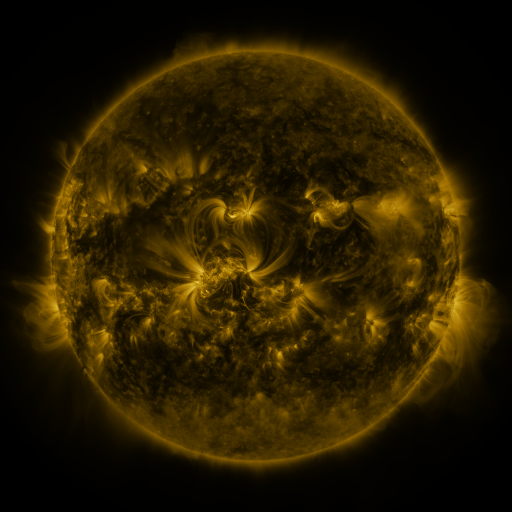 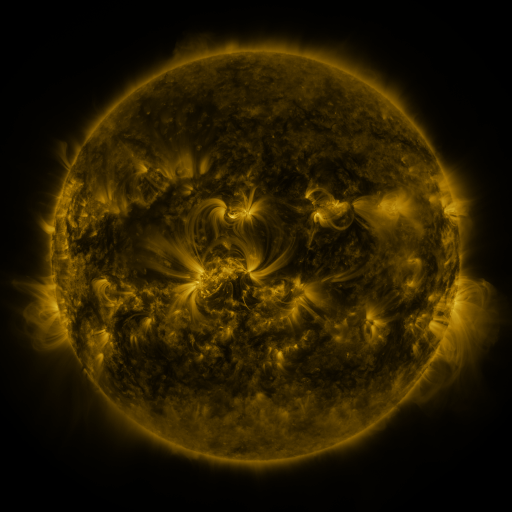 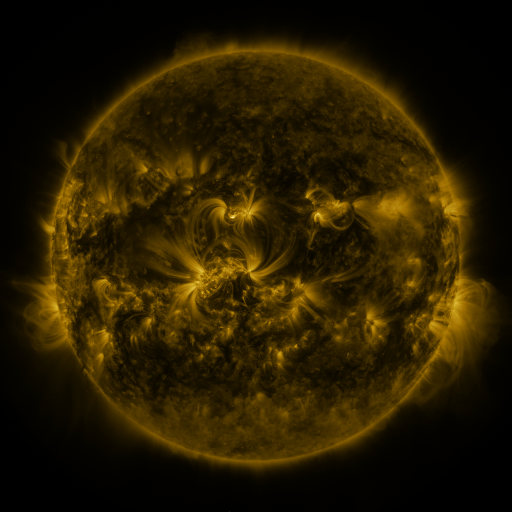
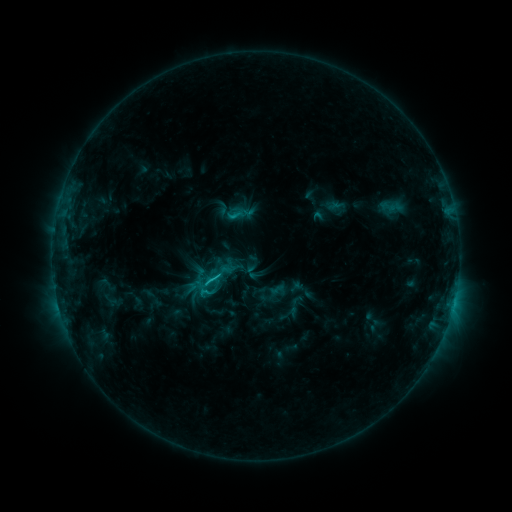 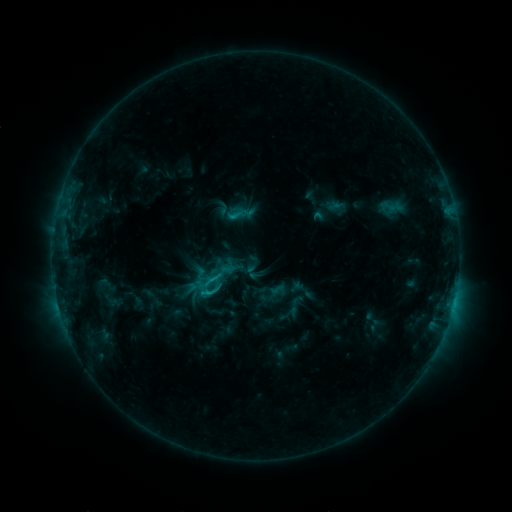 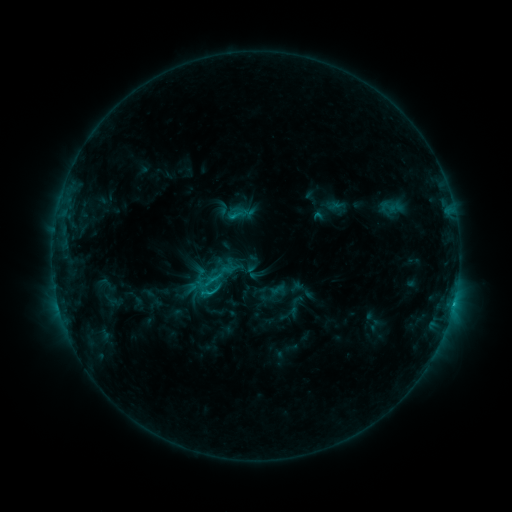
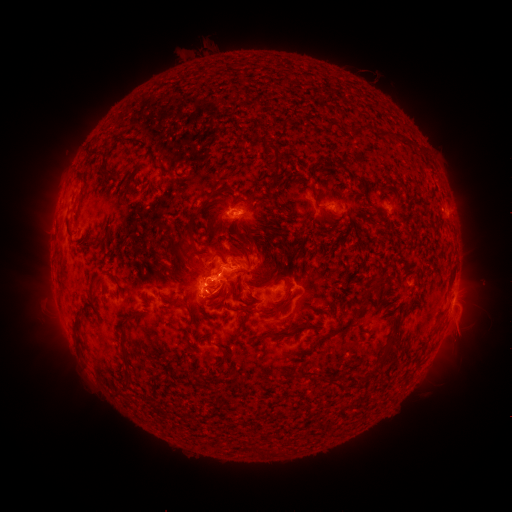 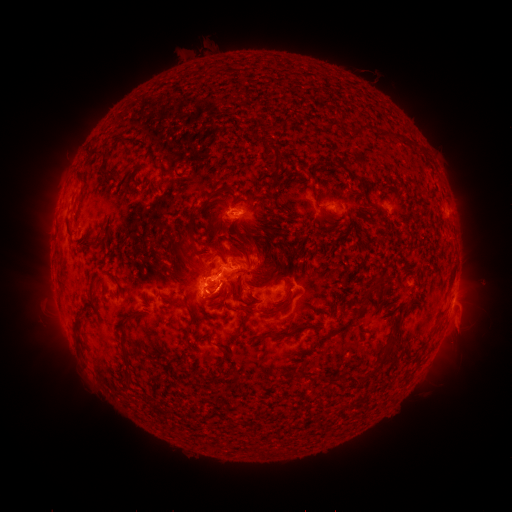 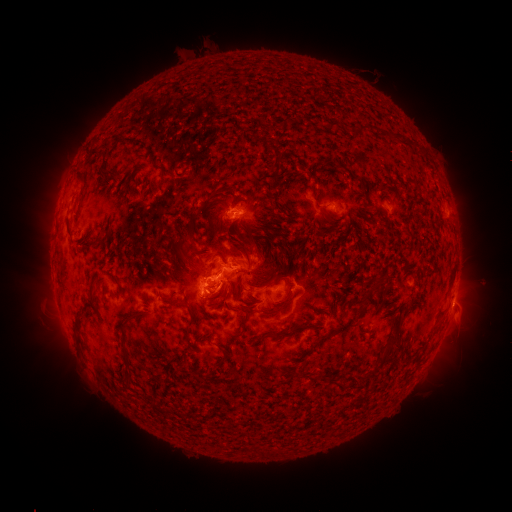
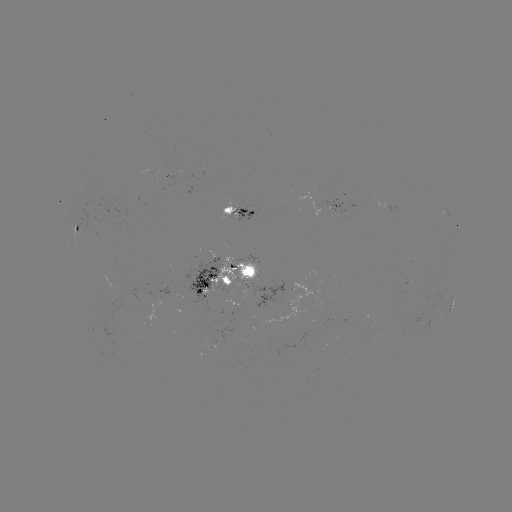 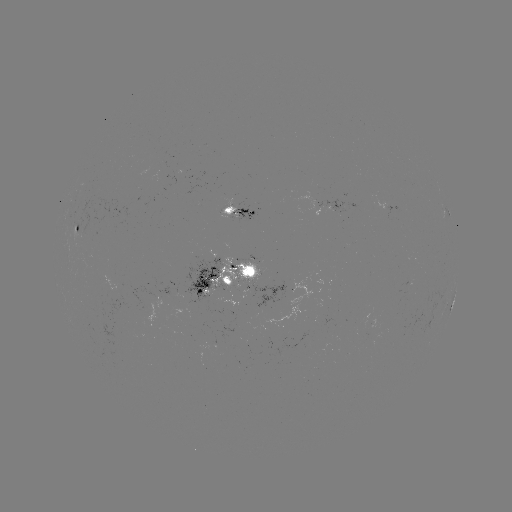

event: eruption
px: (227, 294)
